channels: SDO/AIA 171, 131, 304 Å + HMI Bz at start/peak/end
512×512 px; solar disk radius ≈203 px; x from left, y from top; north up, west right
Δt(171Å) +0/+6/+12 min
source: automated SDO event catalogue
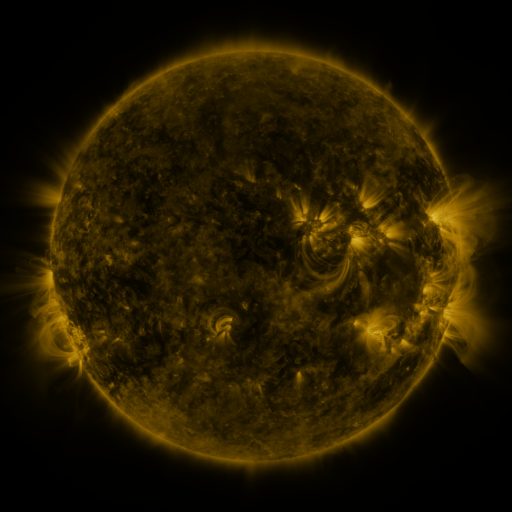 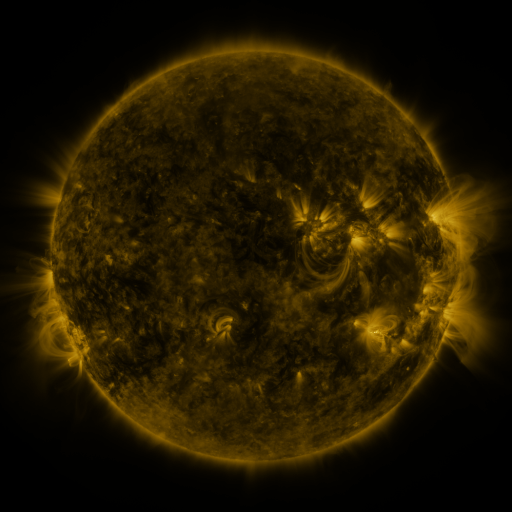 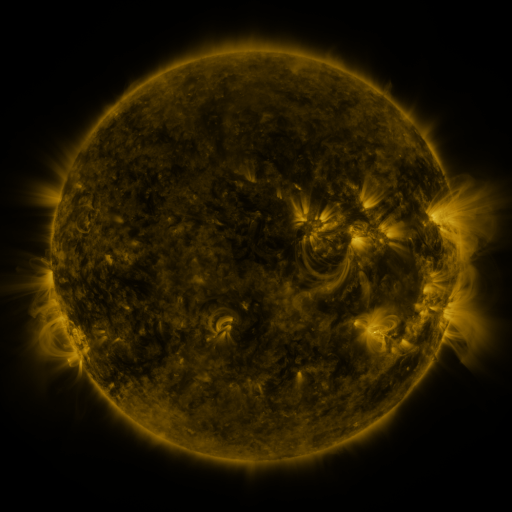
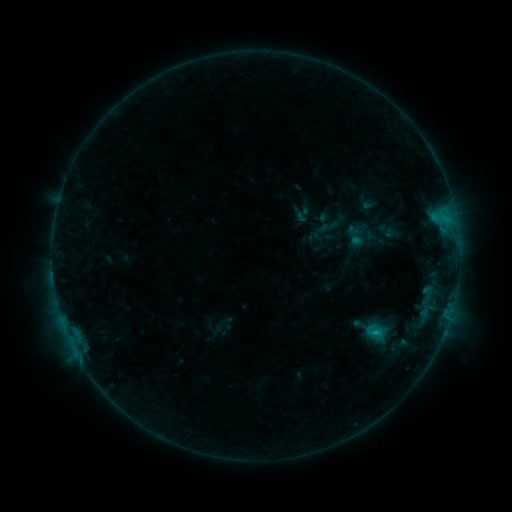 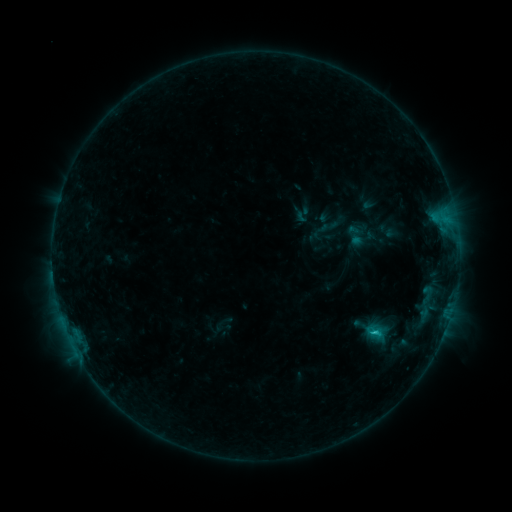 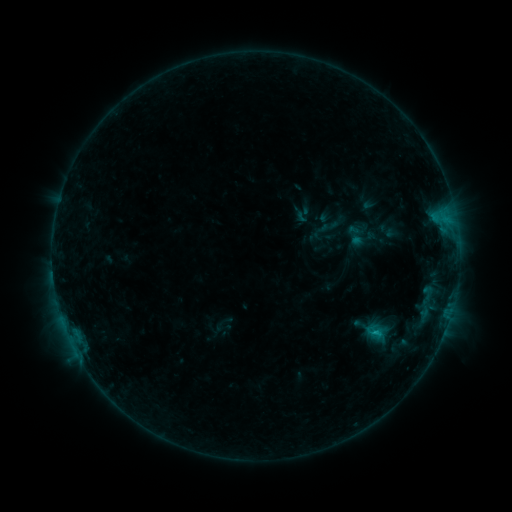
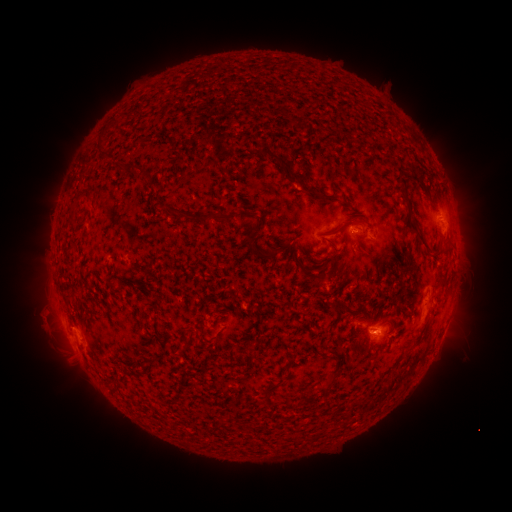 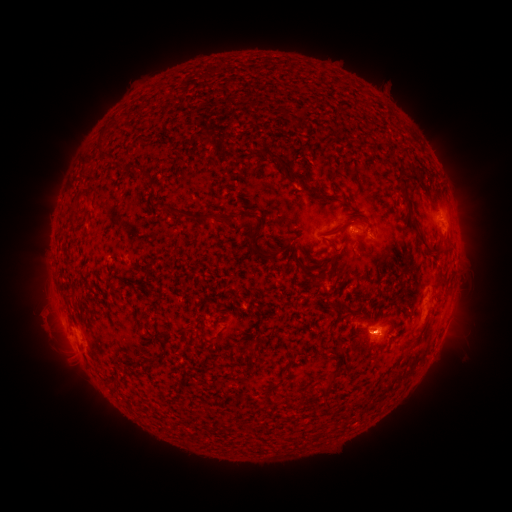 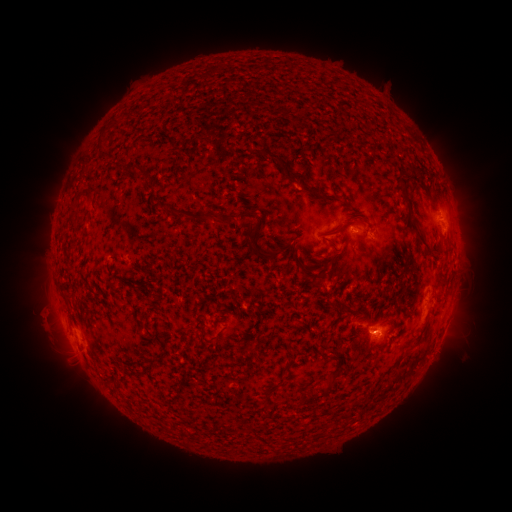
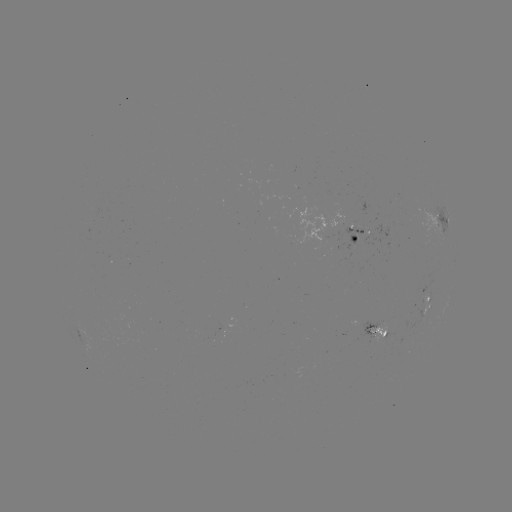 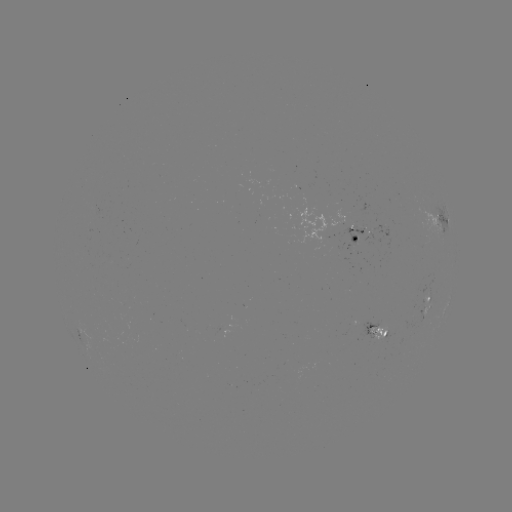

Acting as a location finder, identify B8.9 flare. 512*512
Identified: (373, 331).